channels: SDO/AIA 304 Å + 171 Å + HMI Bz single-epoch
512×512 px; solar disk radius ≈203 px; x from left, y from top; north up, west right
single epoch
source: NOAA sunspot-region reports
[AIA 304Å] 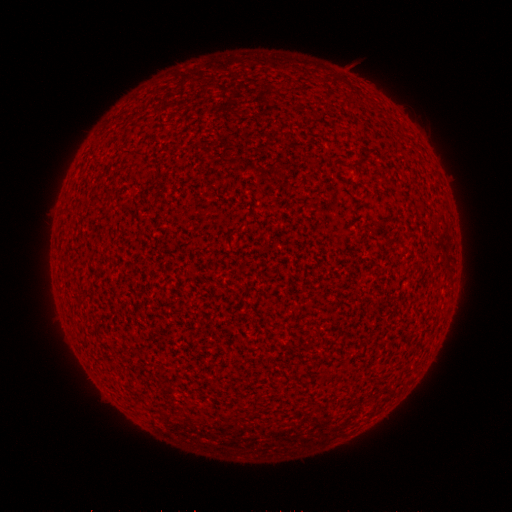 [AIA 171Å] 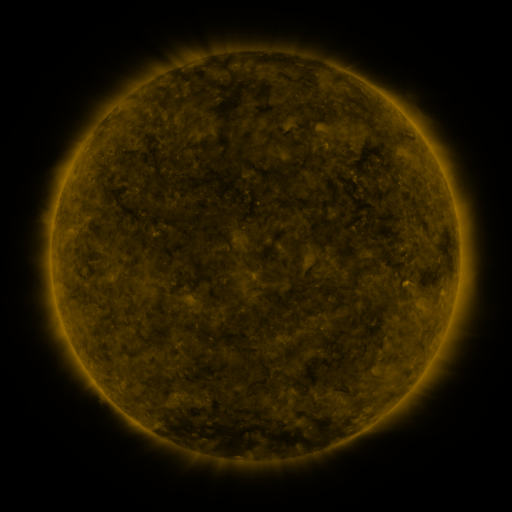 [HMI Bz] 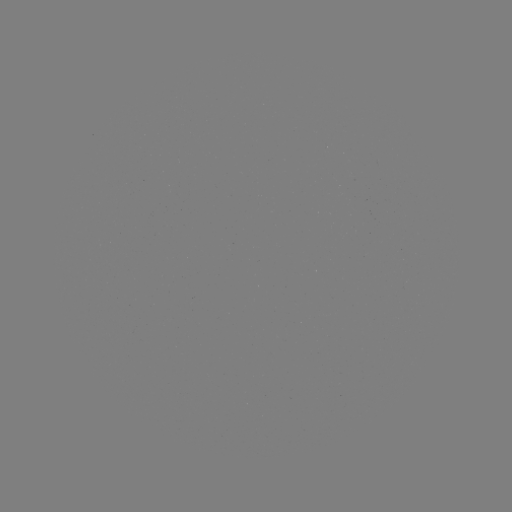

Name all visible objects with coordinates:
(none)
